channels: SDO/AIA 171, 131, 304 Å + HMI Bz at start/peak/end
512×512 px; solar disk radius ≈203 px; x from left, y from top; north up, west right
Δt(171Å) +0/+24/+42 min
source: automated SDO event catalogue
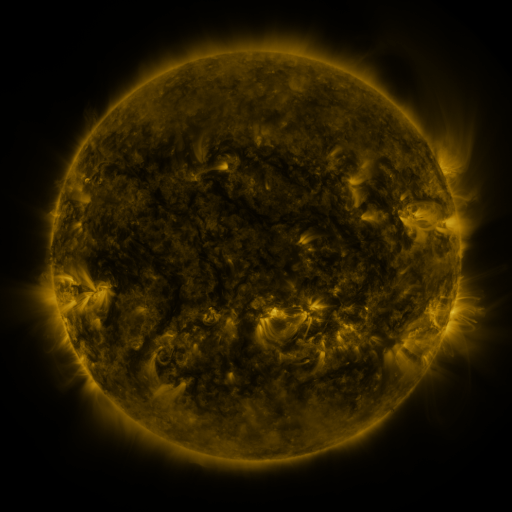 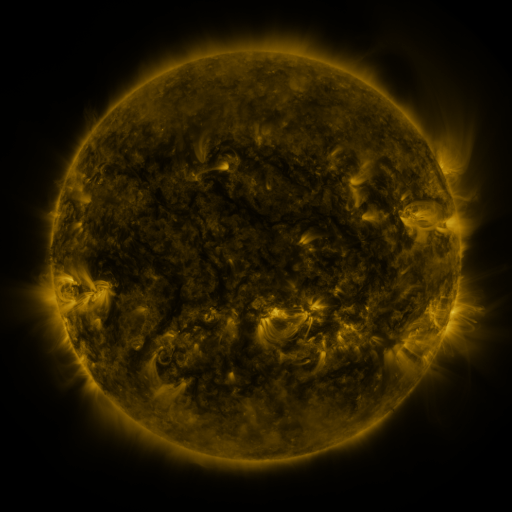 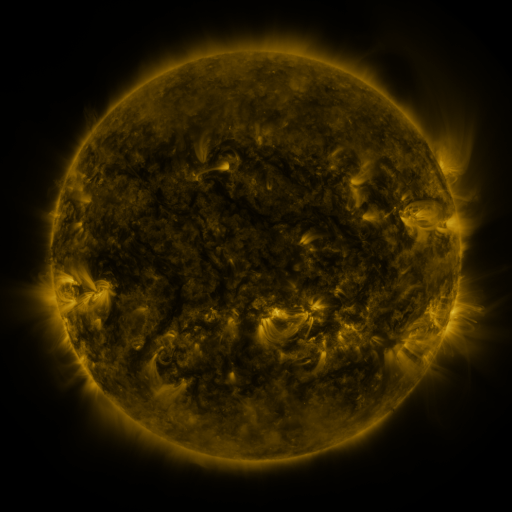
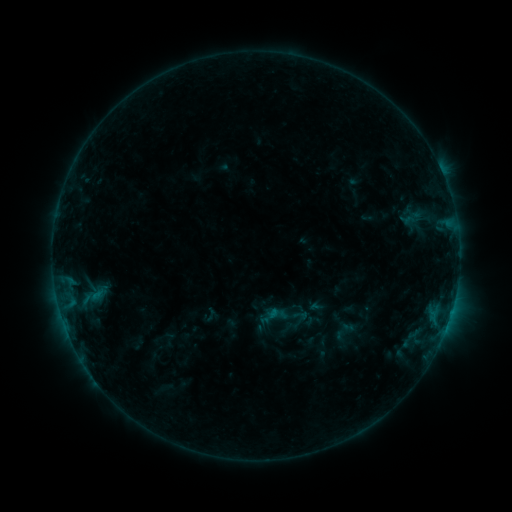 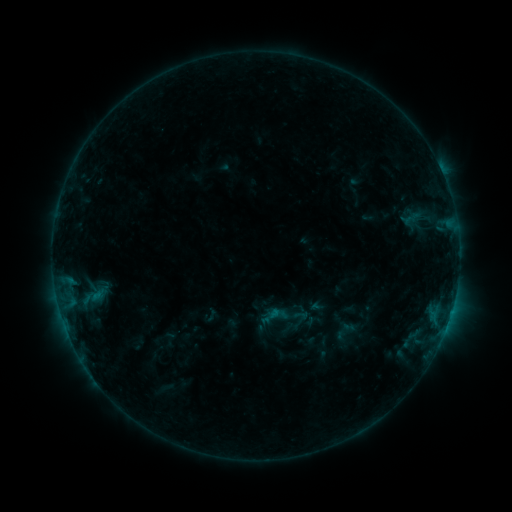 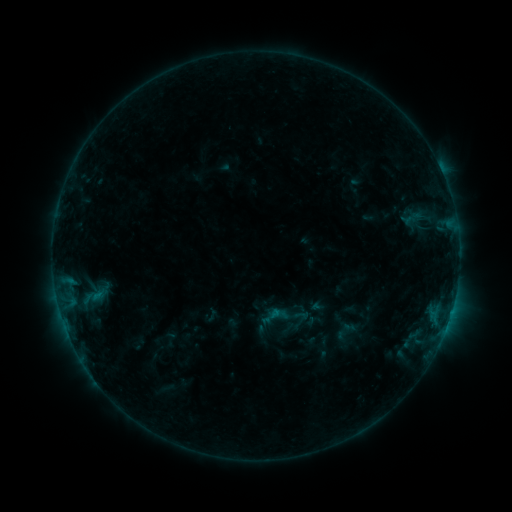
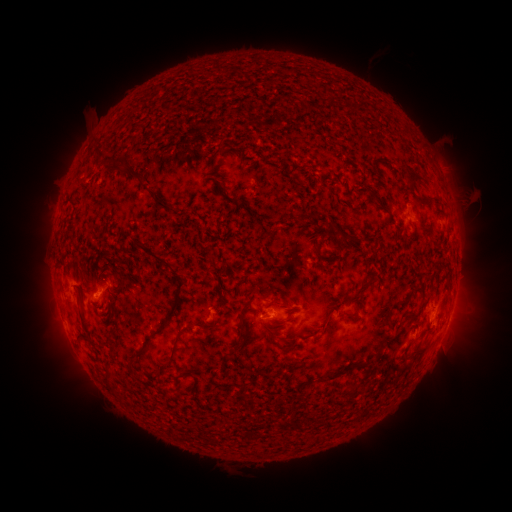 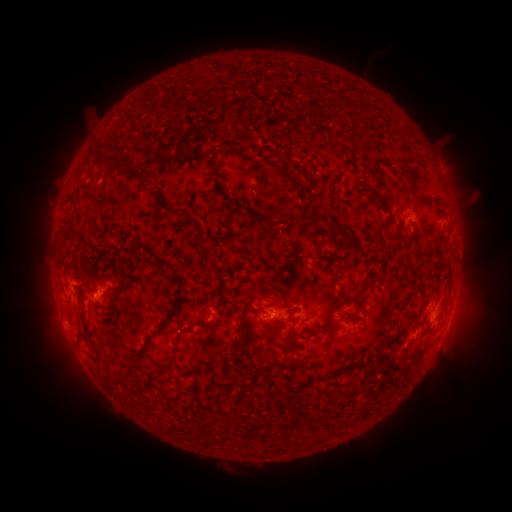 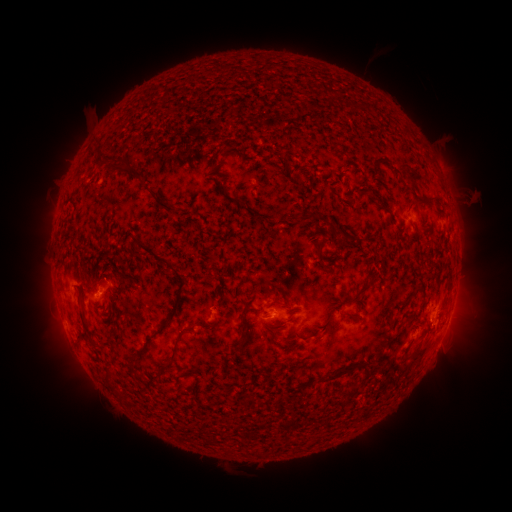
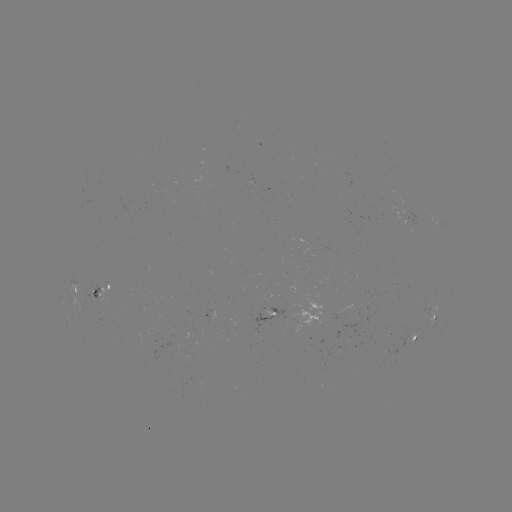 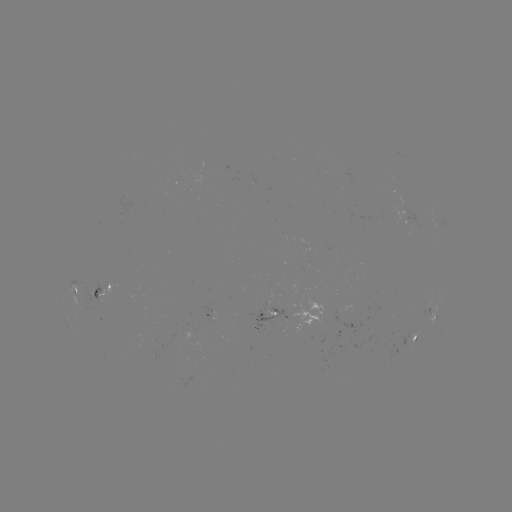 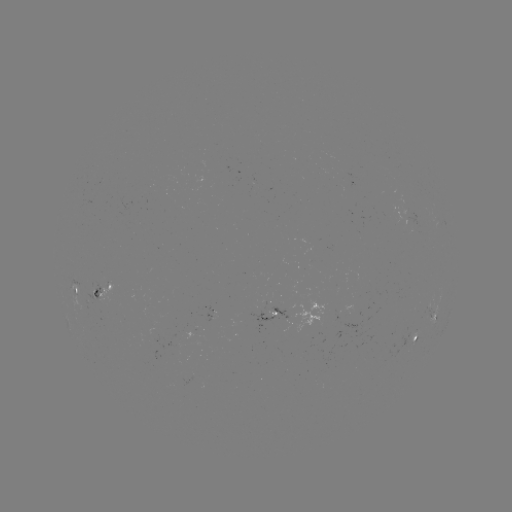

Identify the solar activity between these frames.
no classed flare was catalogued and no EUV brightening was flagged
